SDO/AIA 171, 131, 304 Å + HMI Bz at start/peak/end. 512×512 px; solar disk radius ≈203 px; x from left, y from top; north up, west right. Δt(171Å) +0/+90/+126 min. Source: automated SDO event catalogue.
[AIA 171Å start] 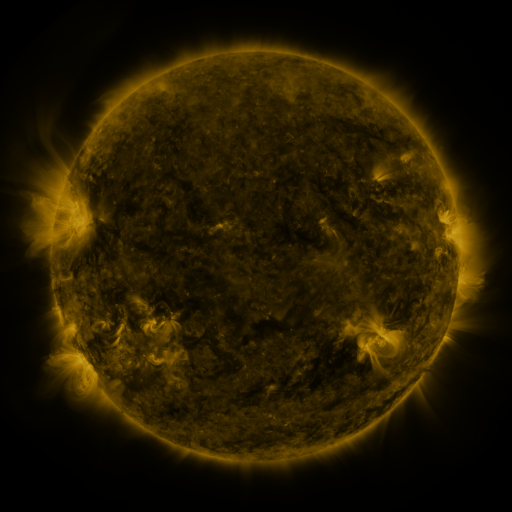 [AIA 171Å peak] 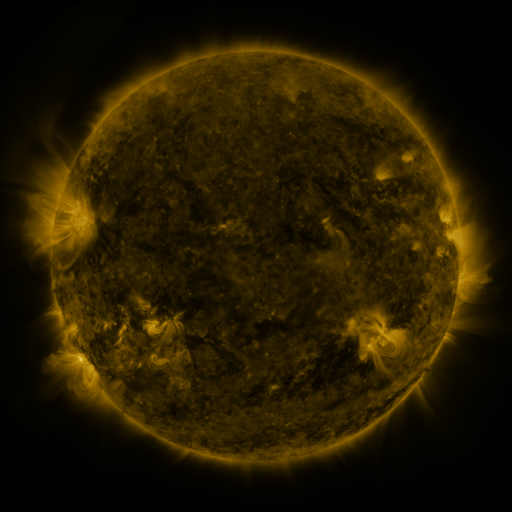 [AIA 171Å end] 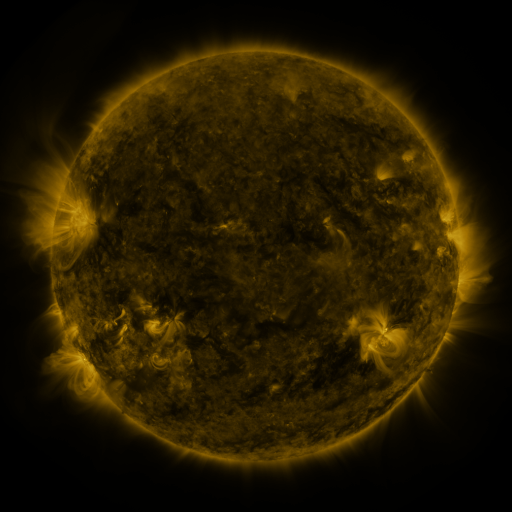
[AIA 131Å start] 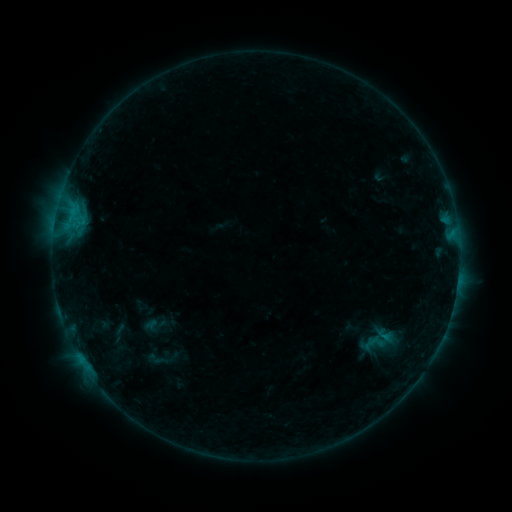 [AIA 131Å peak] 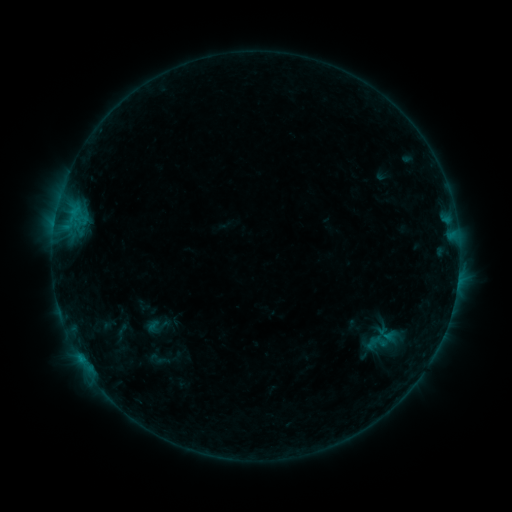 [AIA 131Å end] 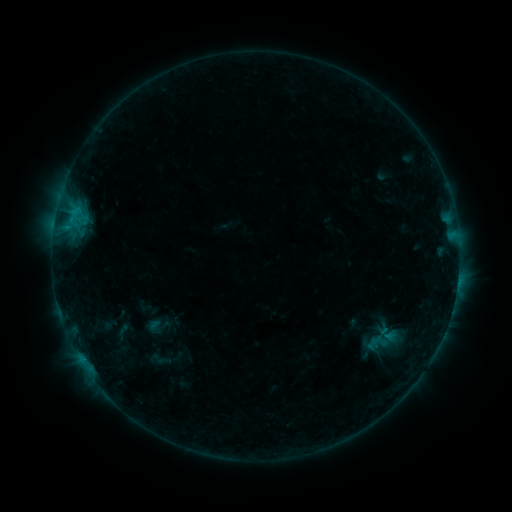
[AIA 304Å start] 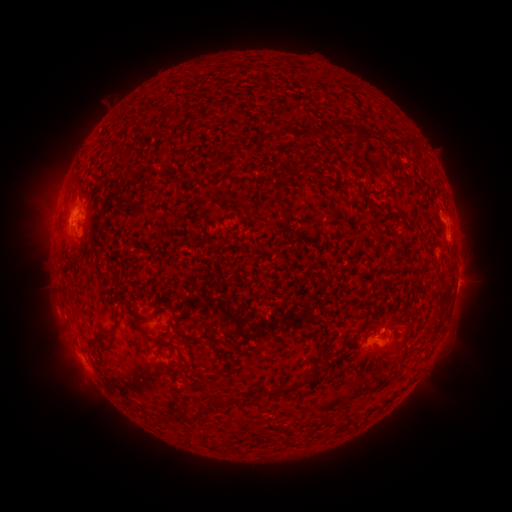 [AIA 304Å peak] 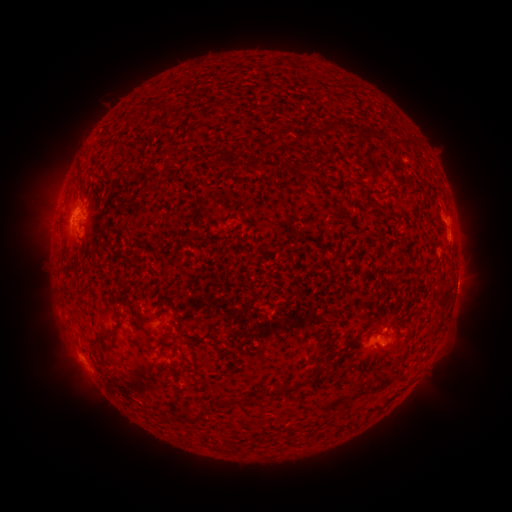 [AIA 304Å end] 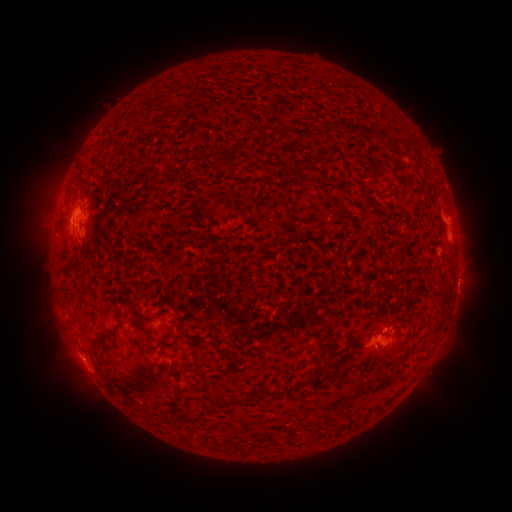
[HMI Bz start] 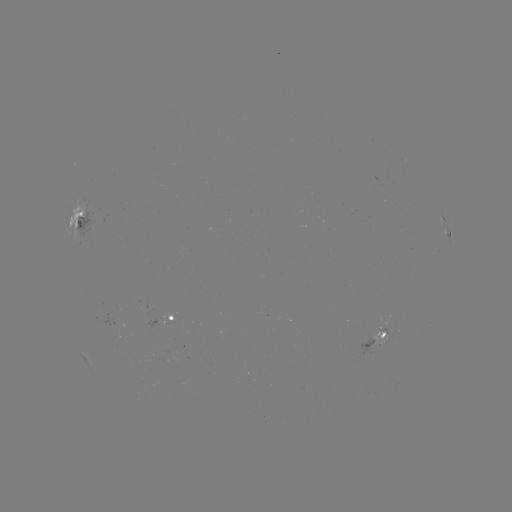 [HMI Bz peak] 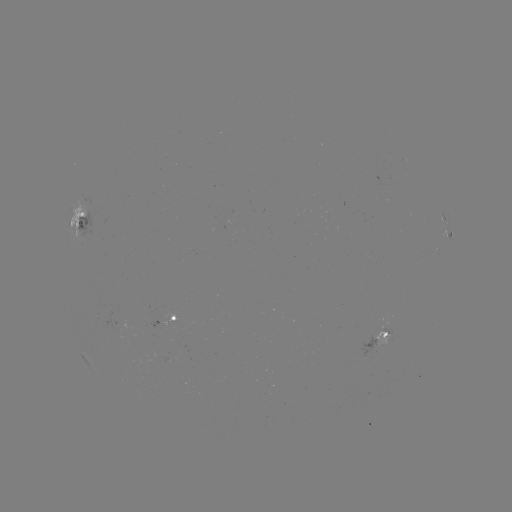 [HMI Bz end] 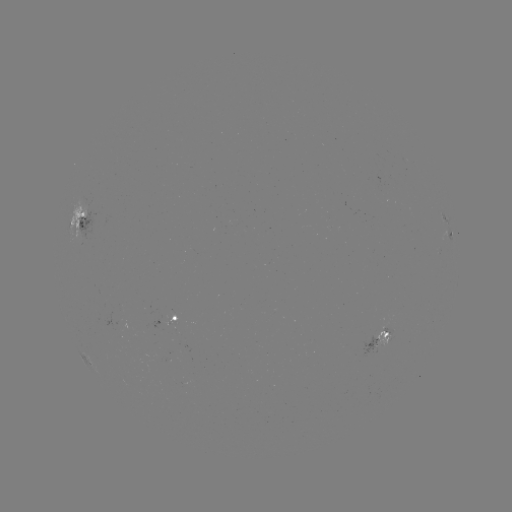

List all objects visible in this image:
emerging-flux region: (157, 357)
